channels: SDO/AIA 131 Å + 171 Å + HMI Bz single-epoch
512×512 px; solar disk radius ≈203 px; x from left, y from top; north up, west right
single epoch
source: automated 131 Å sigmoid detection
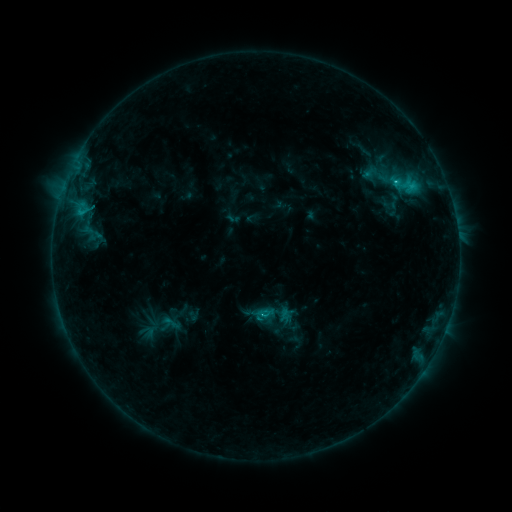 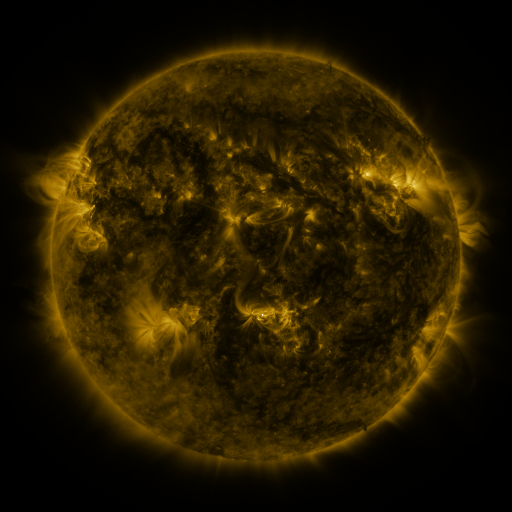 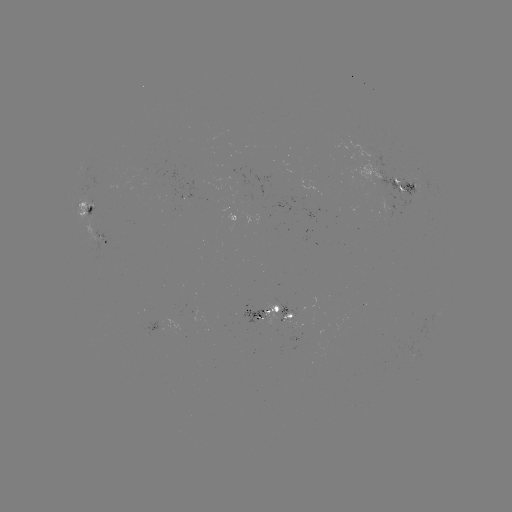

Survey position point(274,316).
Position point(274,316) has sigmoid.